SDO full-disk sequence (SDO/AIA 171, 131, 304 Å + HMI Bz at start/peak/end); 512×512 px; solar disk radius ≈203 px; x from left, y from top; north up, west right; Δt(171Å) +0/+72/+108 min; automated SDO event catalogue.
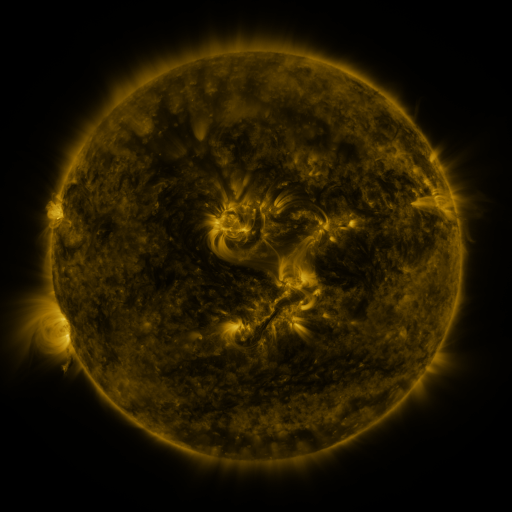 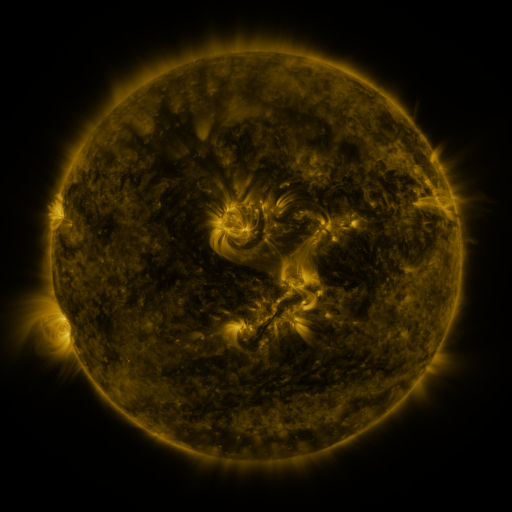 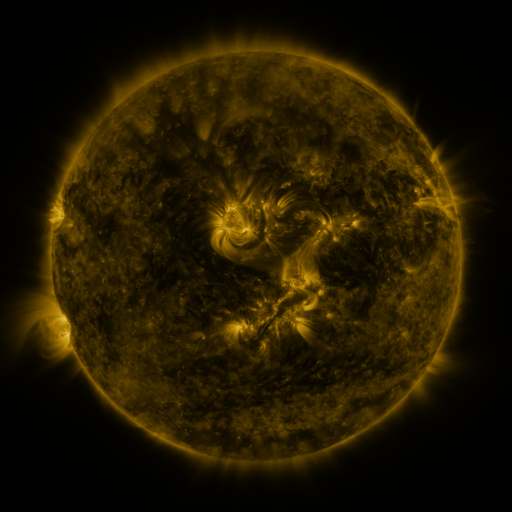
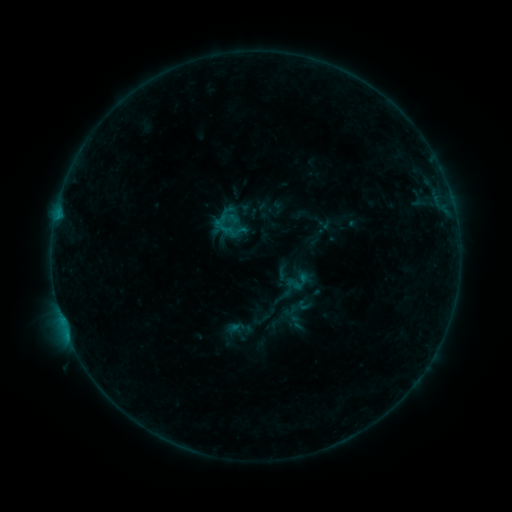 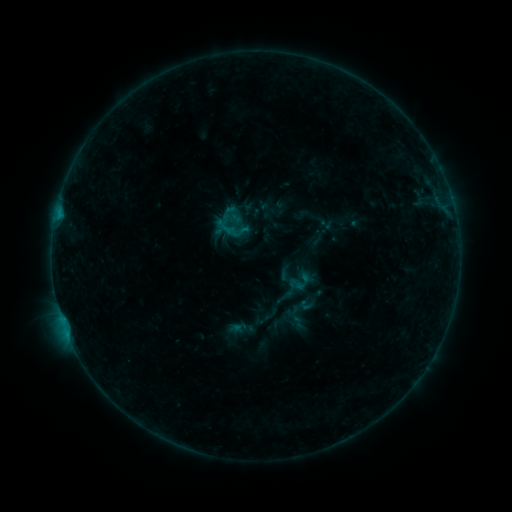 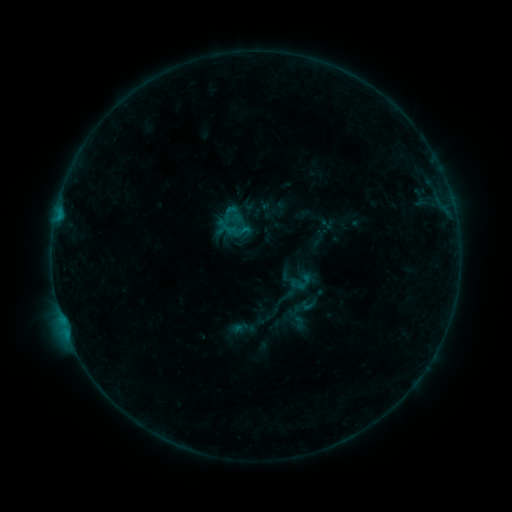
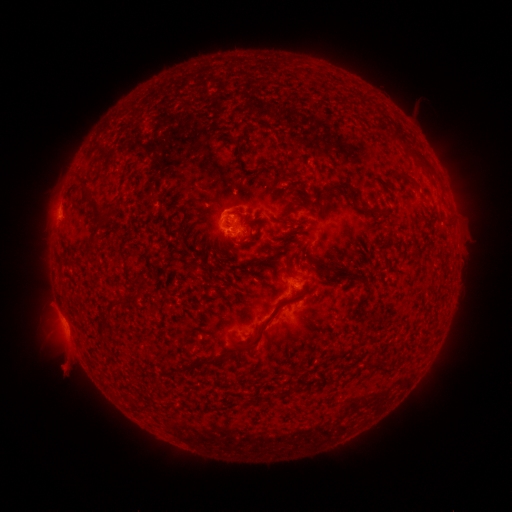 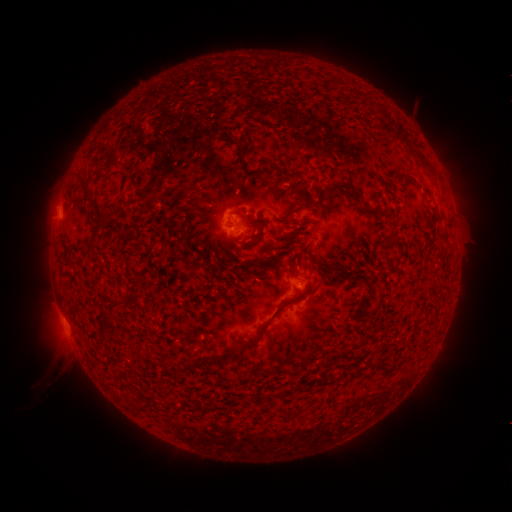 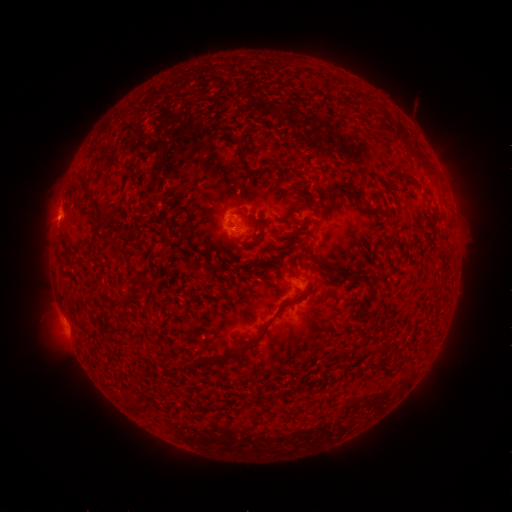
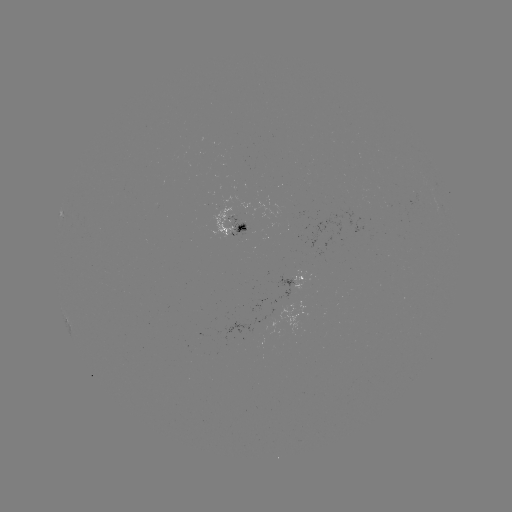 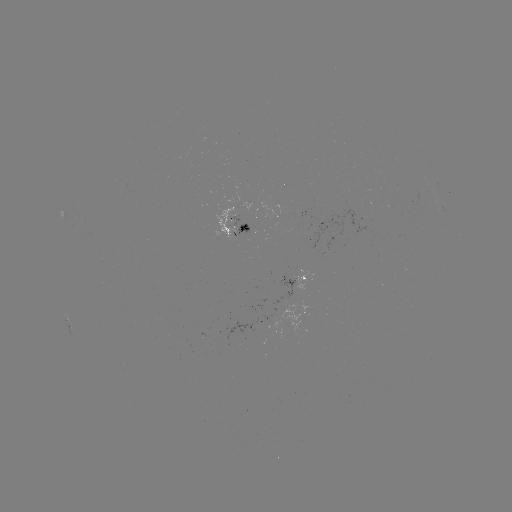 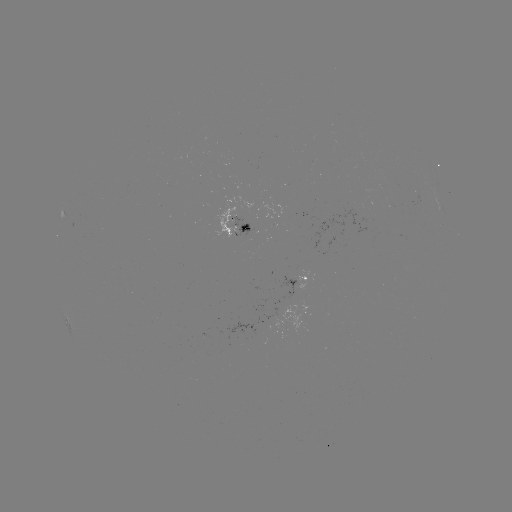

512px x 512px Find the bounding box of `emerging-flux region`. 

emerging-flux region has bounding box [388, 153, 399, 162].